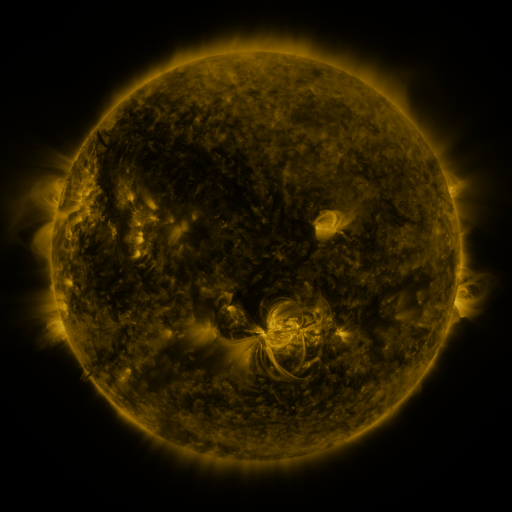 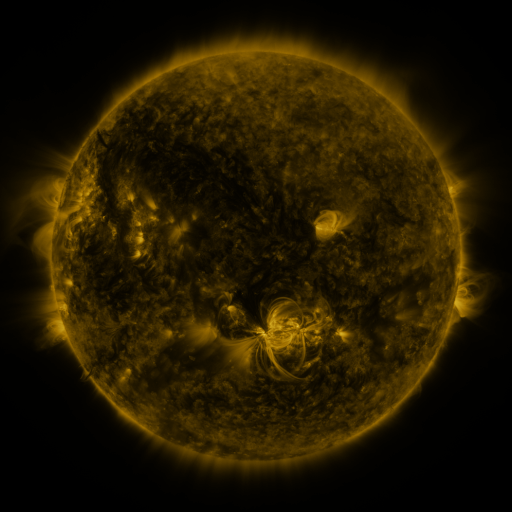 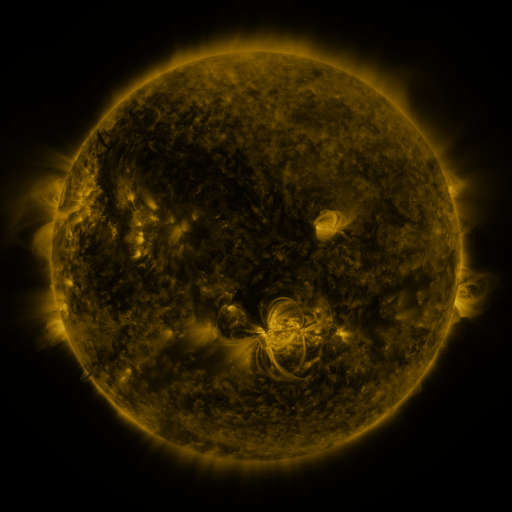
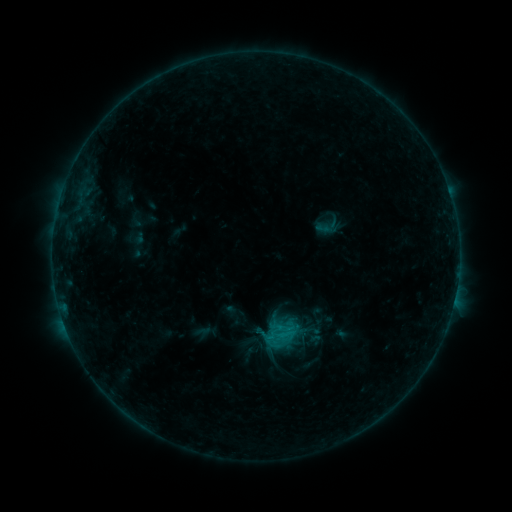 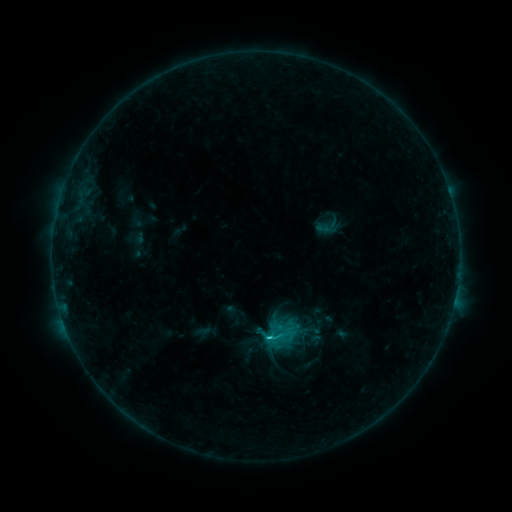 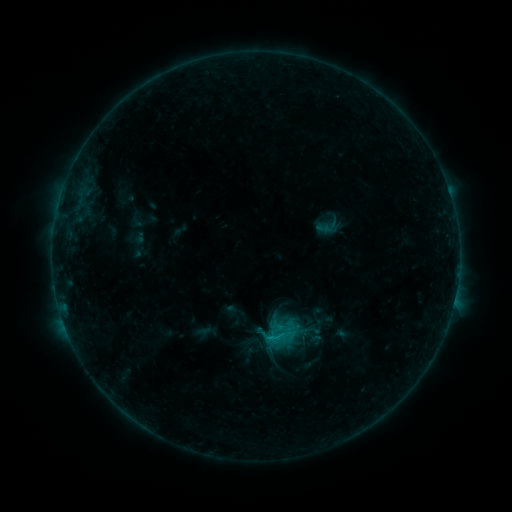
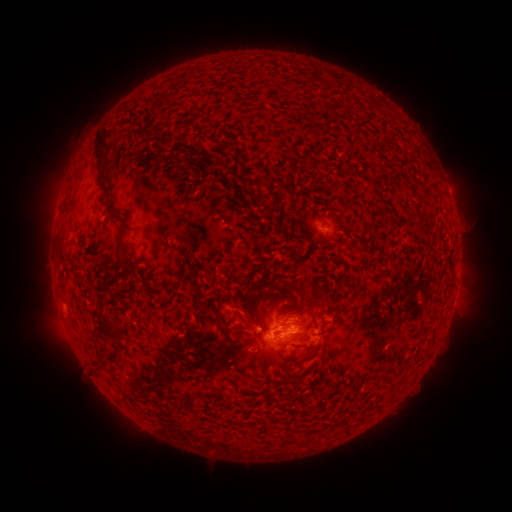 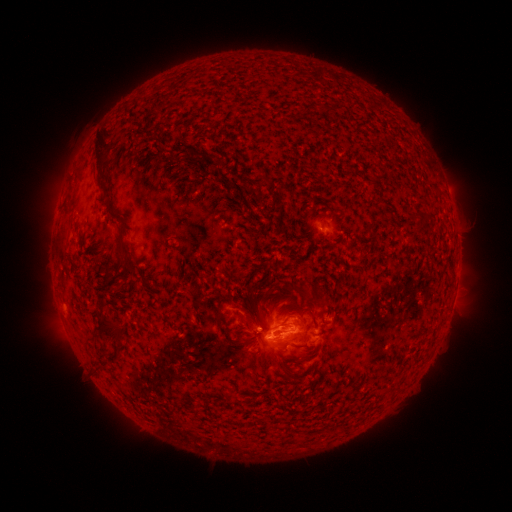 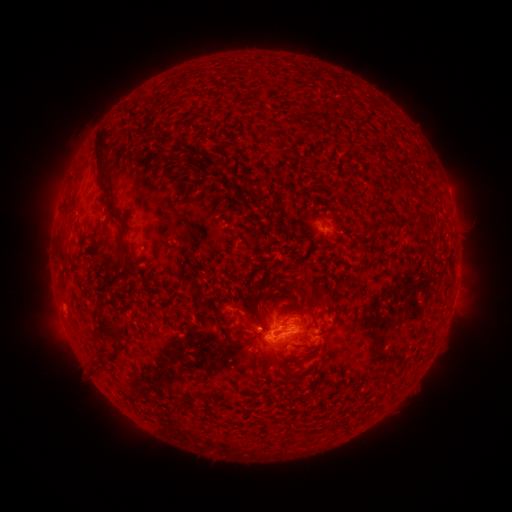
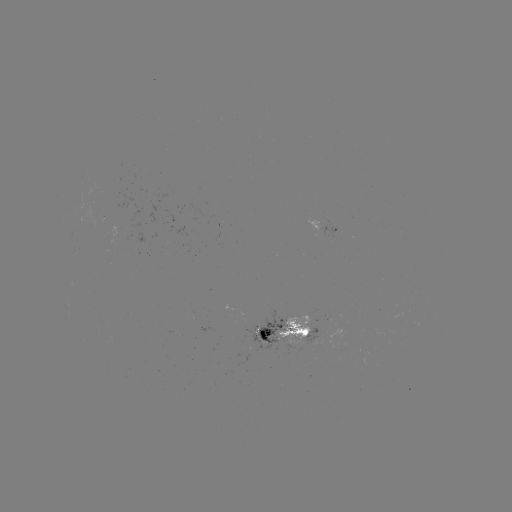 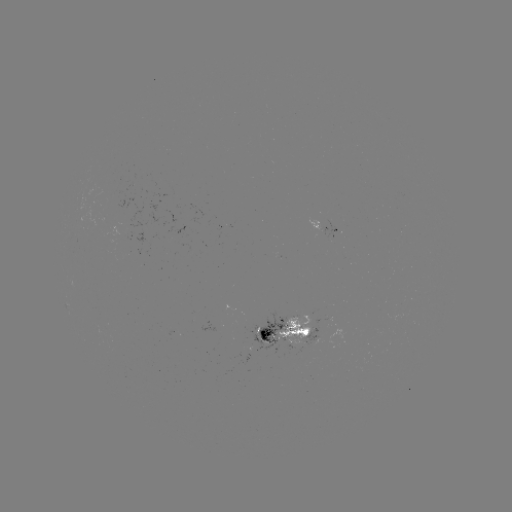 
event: flare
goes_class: C1.5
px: (266, 335)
